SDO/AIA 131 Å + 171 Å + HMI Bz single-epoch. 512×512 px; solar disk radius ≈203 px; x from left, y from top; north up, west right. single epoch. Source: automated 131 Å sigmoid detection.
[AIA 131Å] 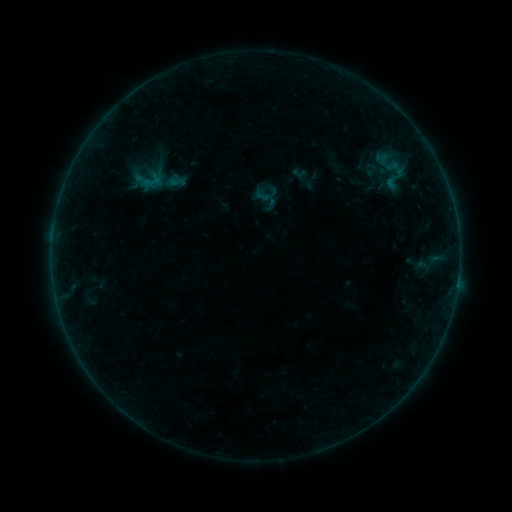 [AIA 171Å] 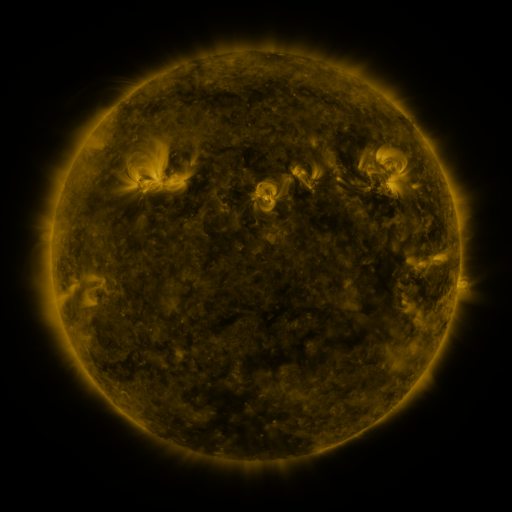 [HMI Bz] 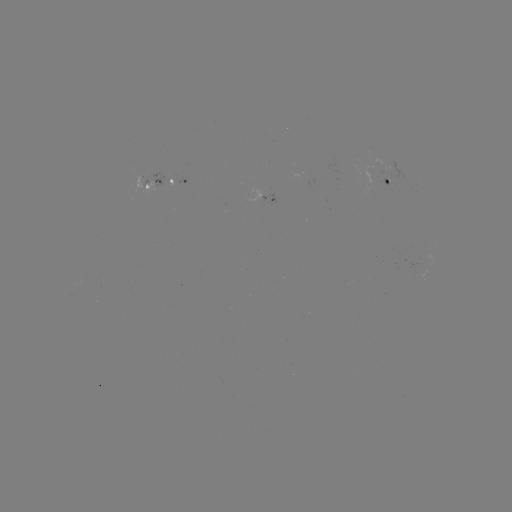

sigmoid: <bbox>169, 174, 185, 190</bbox>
